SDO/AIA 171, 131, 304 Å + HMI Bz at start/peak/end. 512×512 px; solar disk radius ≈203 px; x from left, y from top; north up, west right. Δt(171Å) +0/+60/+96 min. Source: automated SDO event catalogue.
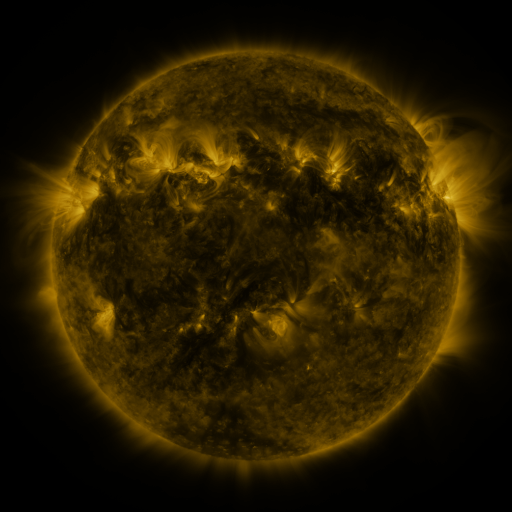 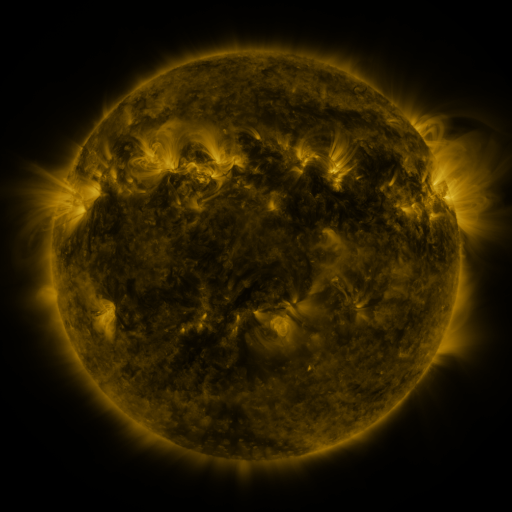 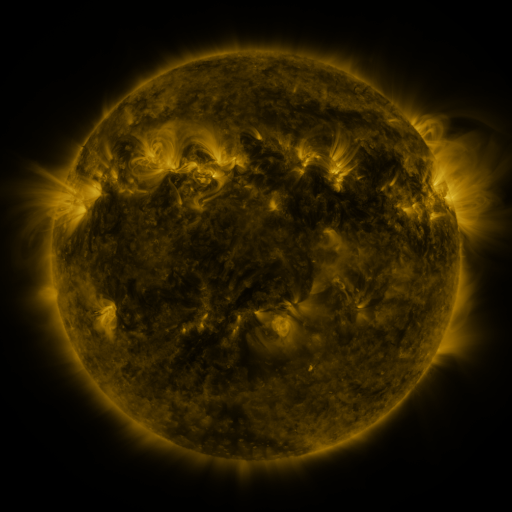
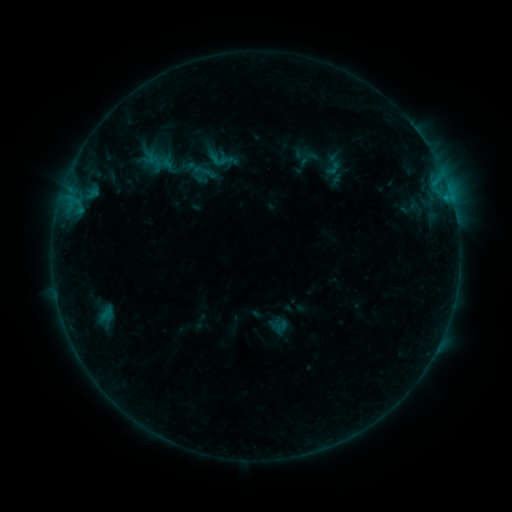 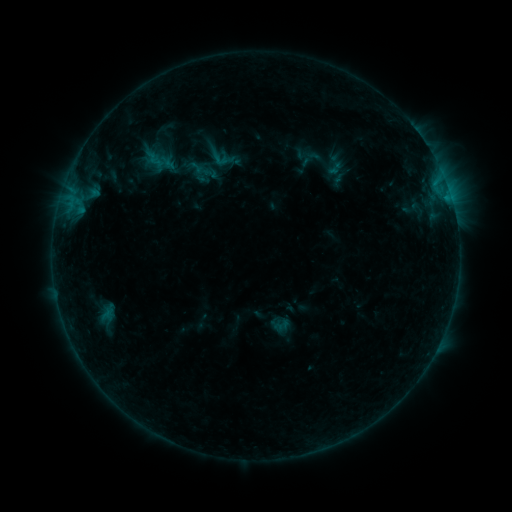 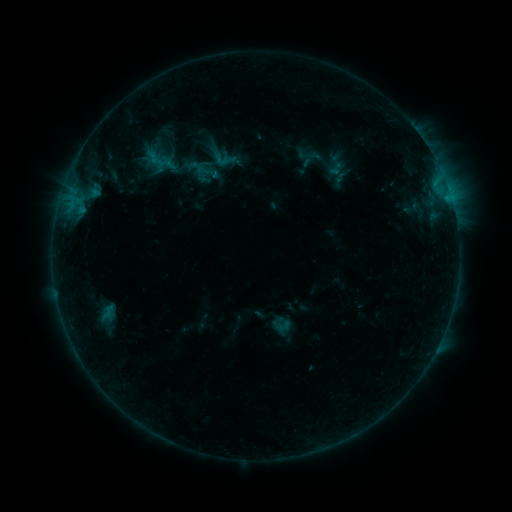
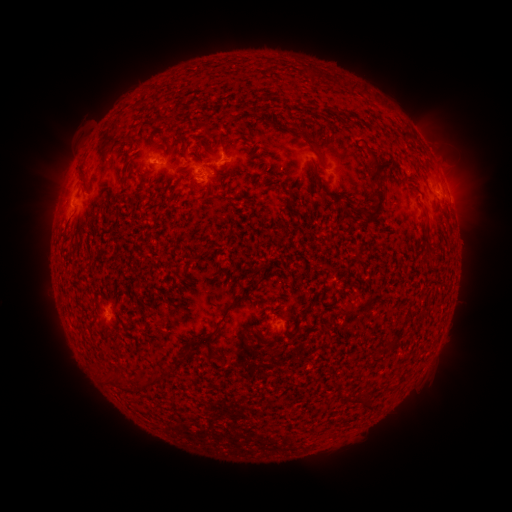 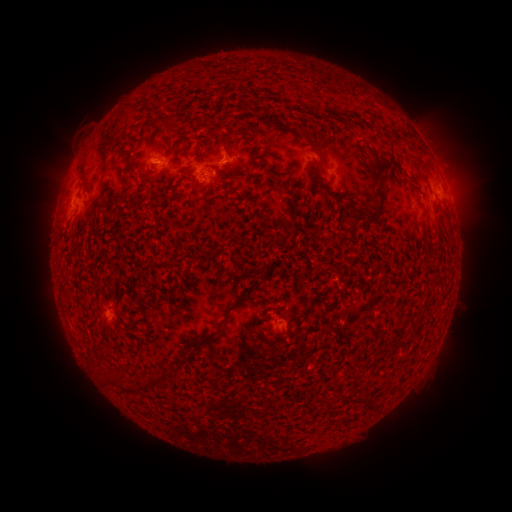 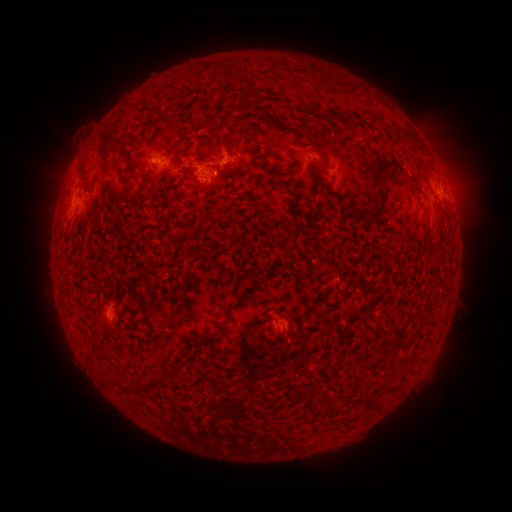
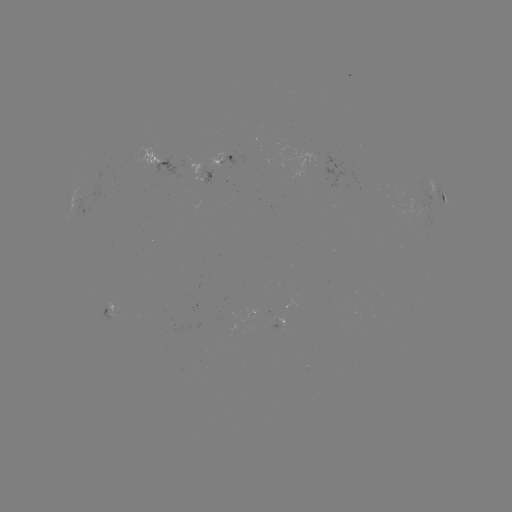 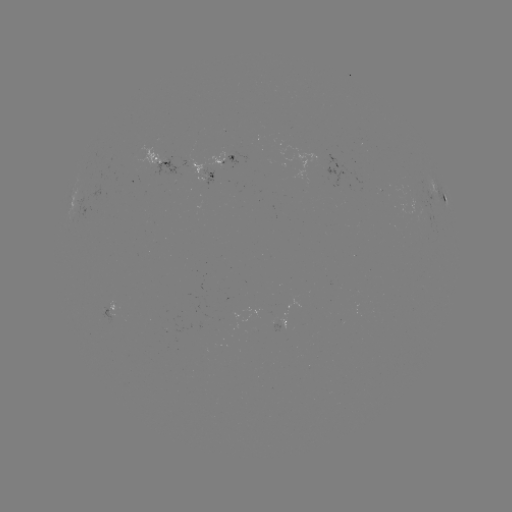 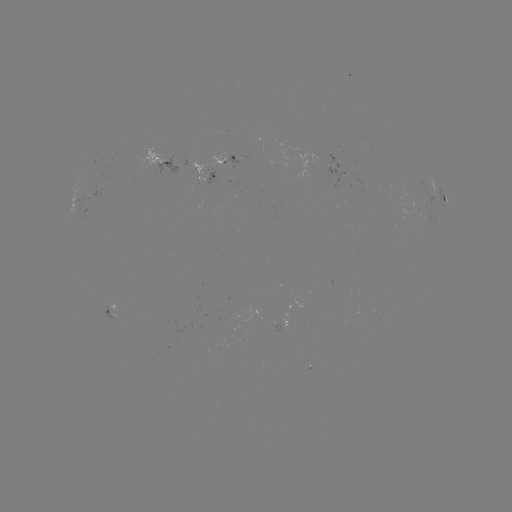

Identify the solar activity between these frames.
emerging-flux region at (205, 177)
